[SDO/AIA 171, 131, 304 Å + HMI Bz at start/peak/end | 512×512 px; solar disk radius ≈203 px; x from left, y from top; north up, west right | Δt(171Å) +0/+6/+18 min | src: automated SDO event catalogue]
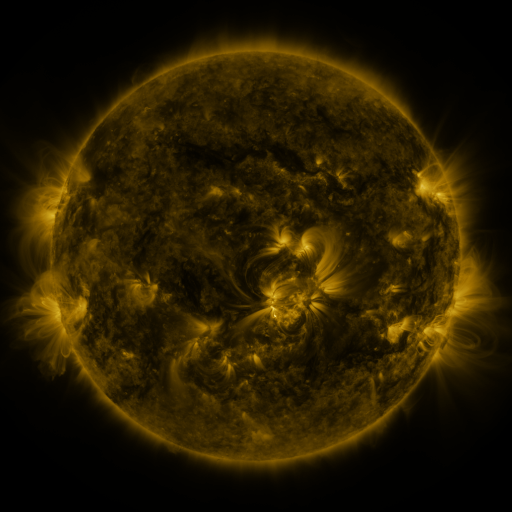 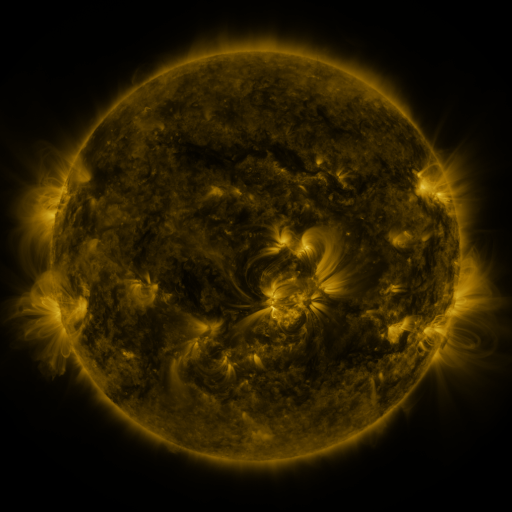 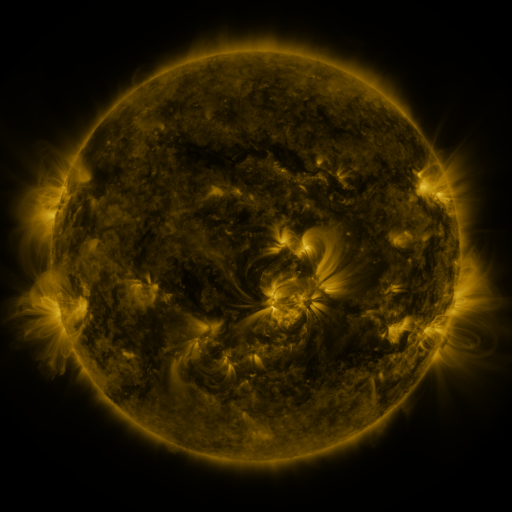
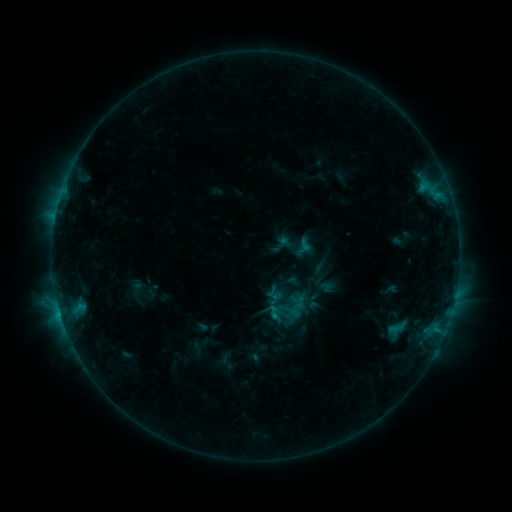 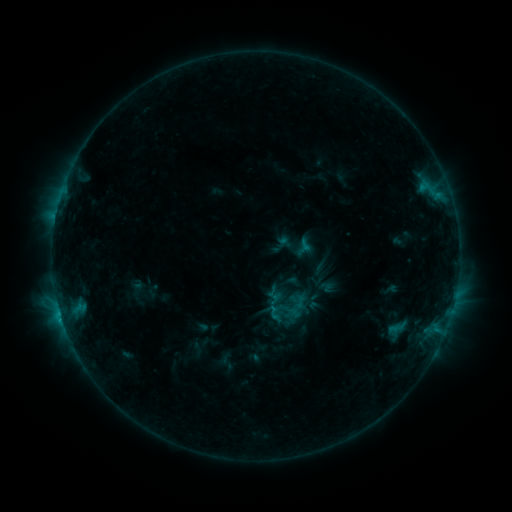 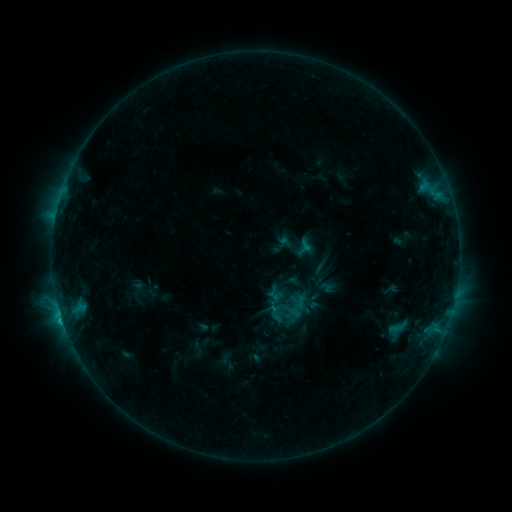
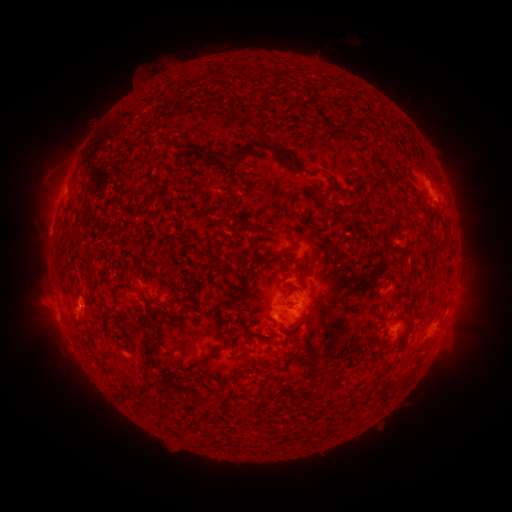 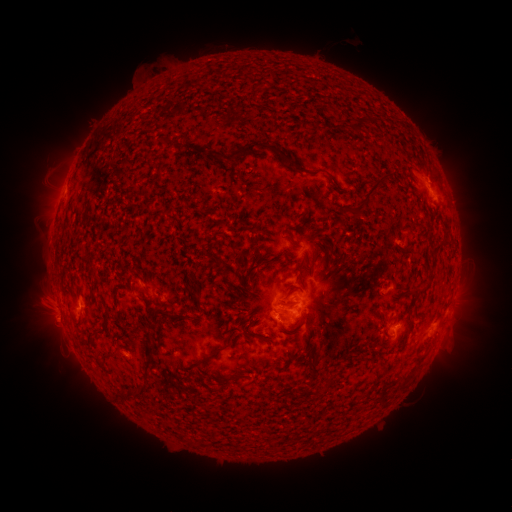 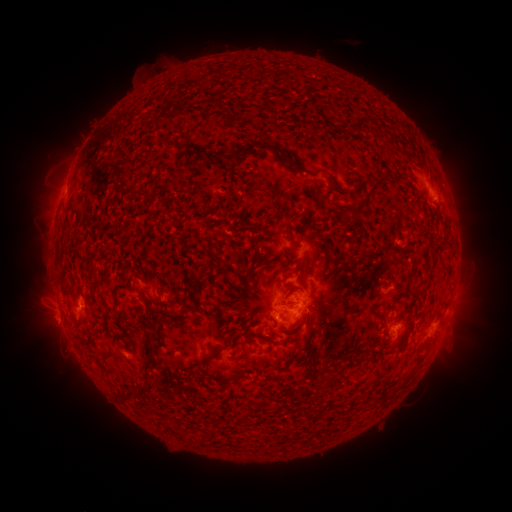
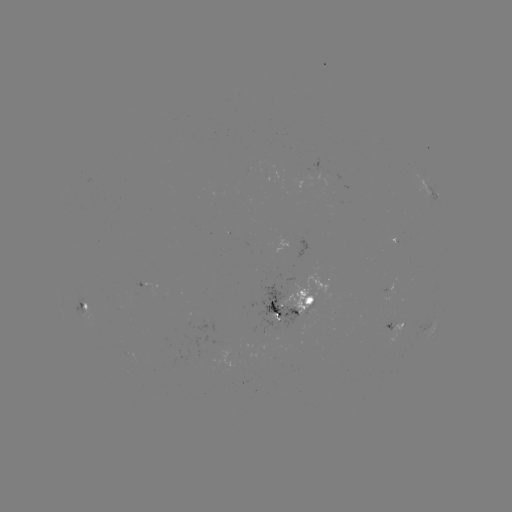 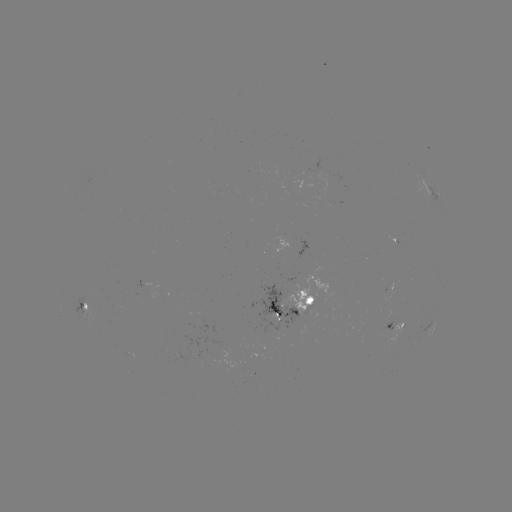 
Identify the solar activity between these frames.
C1.6 flare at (62, 319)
